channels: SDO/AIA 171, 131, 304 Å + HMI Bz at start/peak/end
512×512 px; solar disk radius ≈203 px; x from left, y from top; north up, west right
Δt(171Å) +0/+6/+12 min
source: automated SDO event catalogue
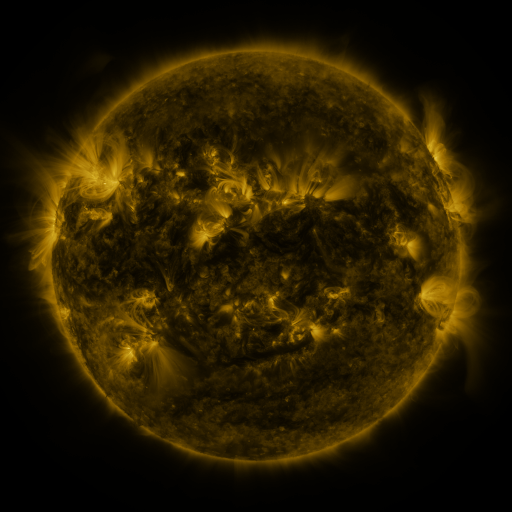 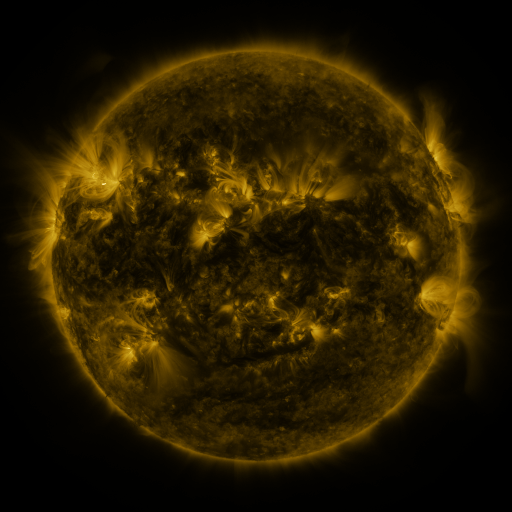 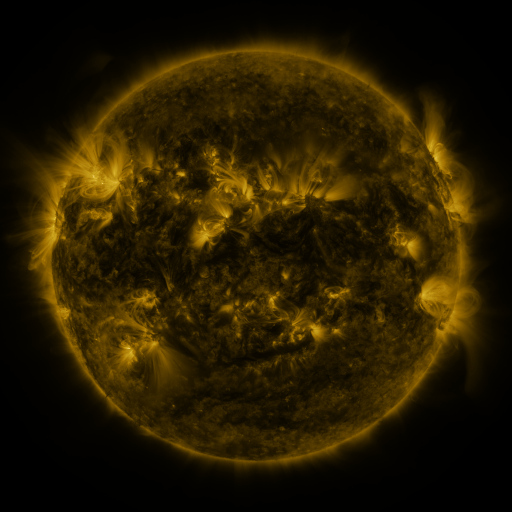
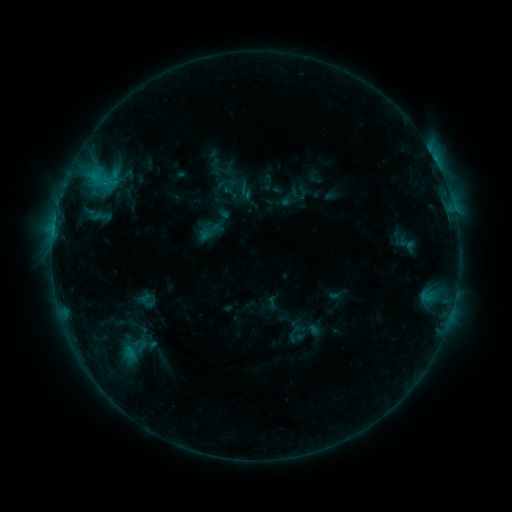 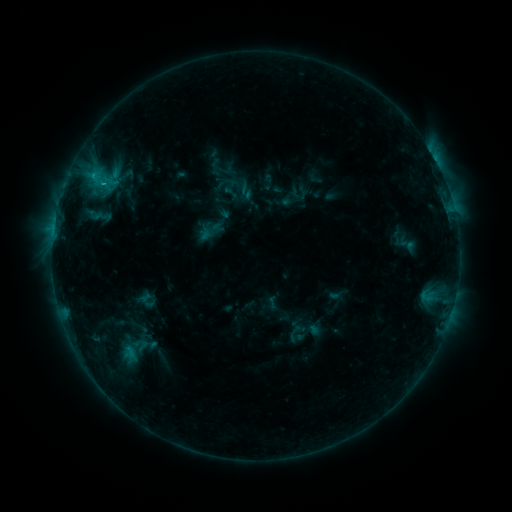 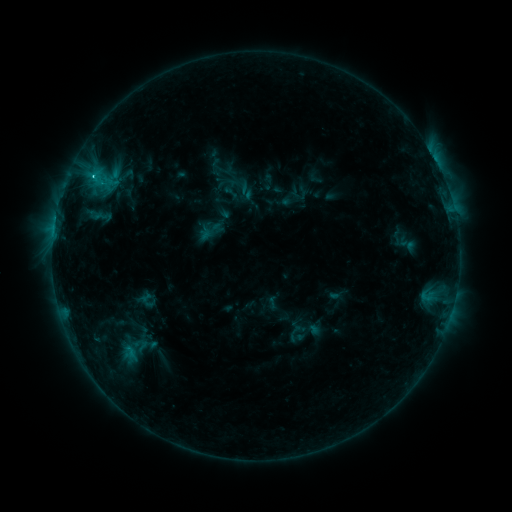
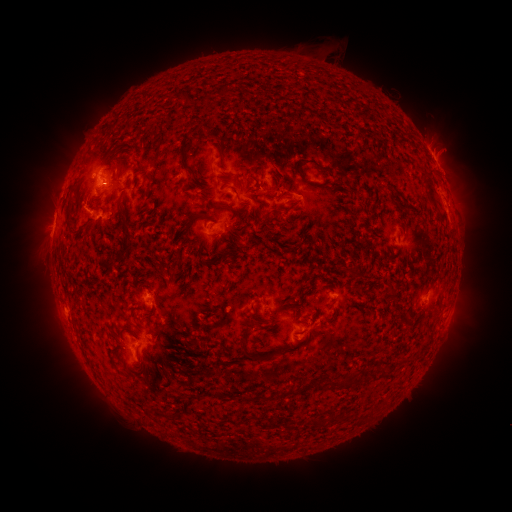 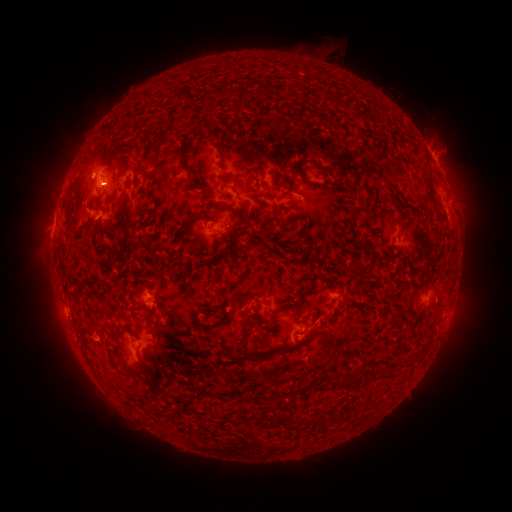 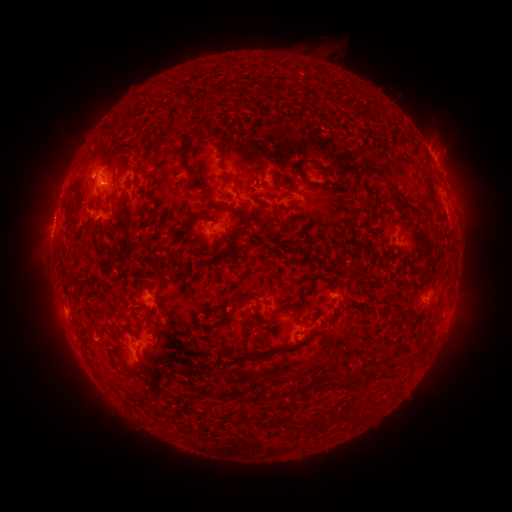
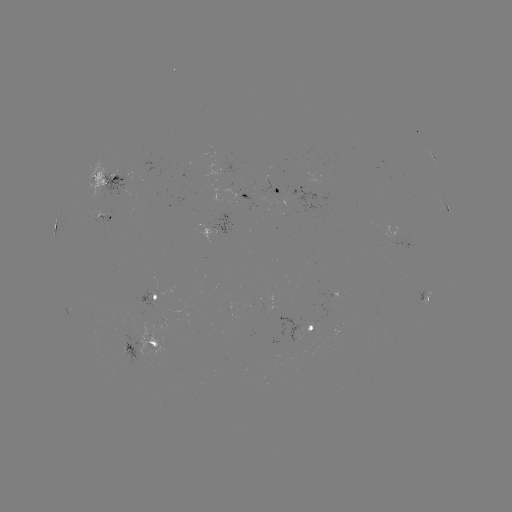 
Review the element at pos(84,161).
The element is eruption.